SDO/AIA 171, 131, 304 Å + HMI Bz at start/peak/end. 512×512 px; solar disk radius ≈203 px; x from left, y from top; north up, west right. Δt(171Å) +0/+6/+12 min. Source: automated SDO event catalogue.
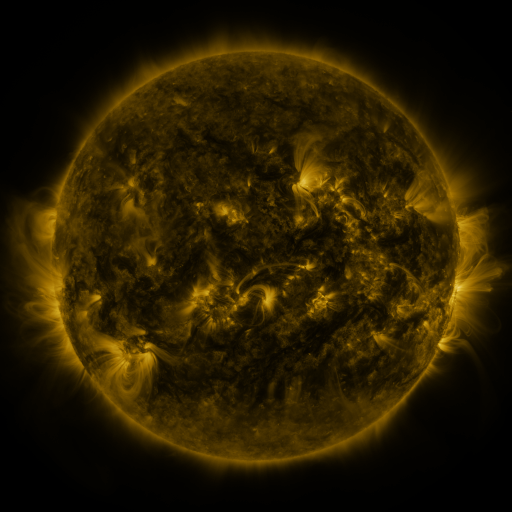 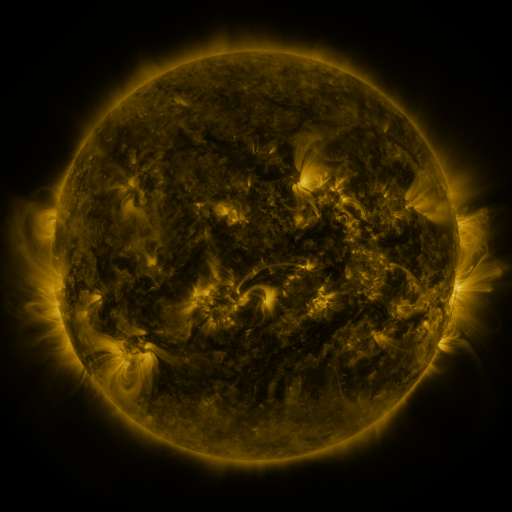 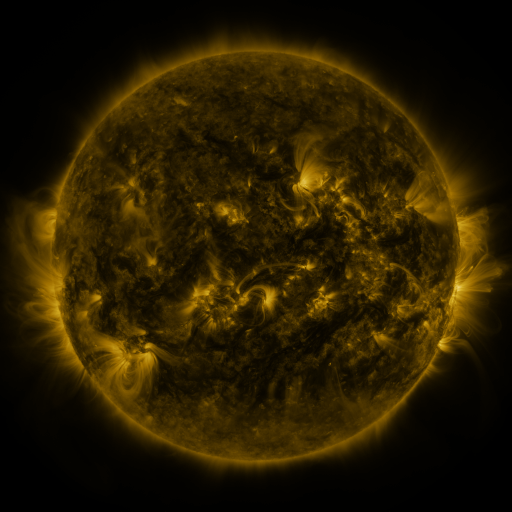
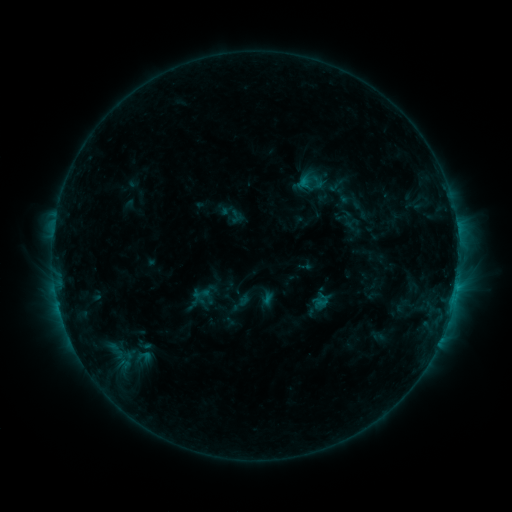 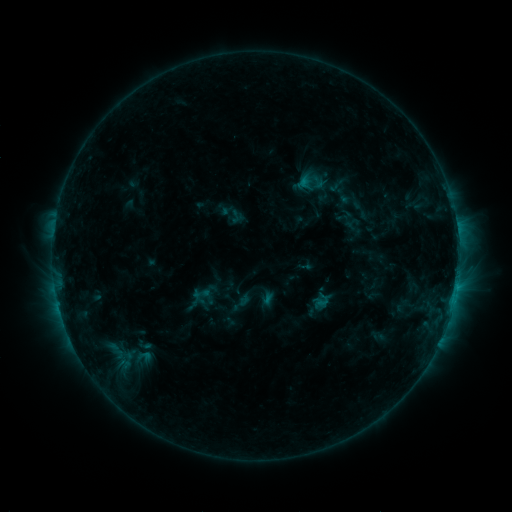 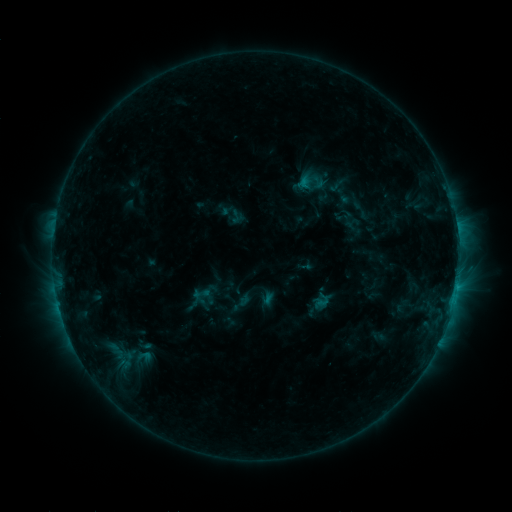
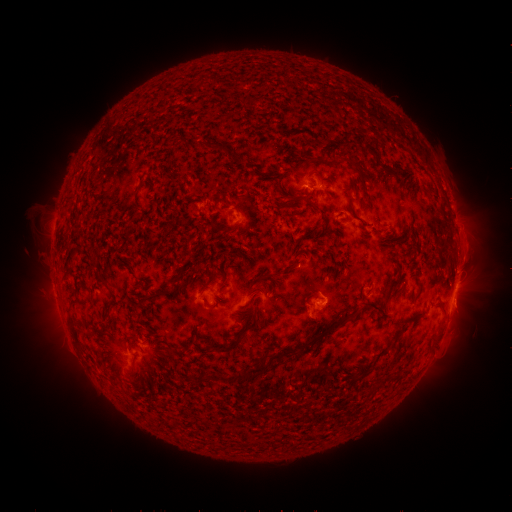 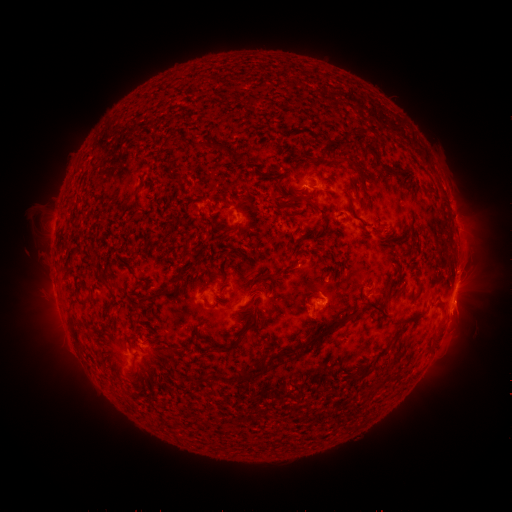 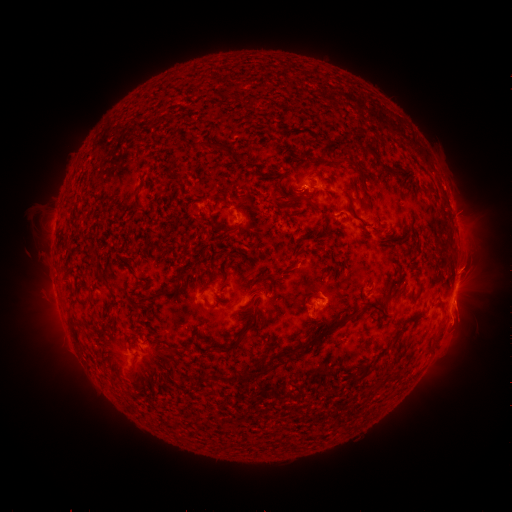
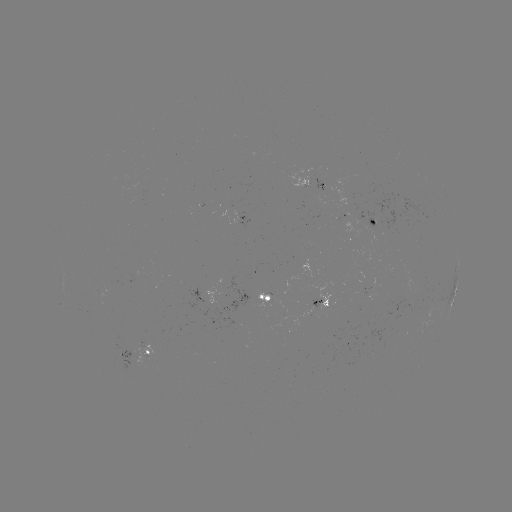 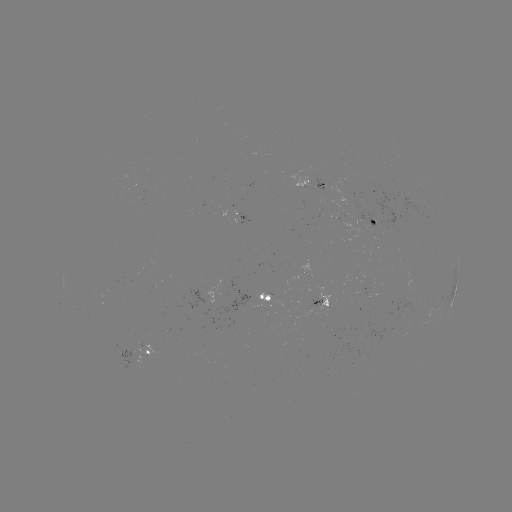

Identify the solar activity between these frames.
eruption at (461, 323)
